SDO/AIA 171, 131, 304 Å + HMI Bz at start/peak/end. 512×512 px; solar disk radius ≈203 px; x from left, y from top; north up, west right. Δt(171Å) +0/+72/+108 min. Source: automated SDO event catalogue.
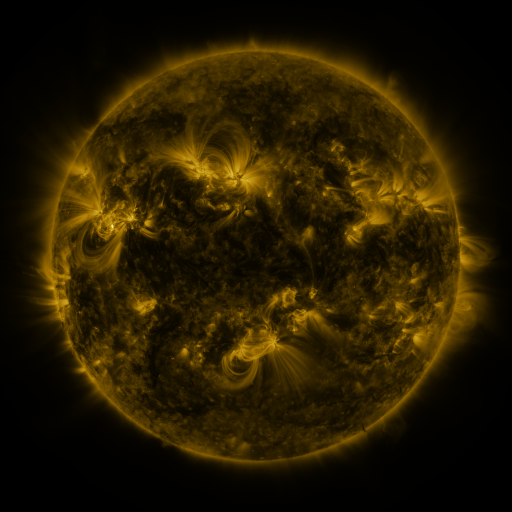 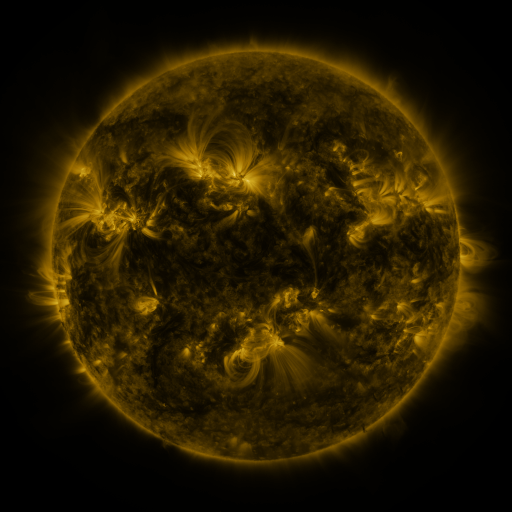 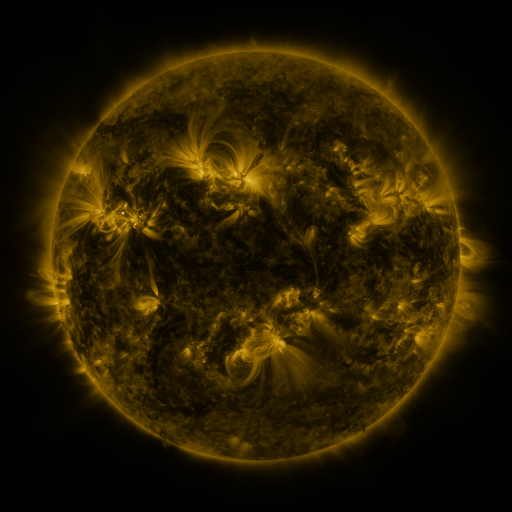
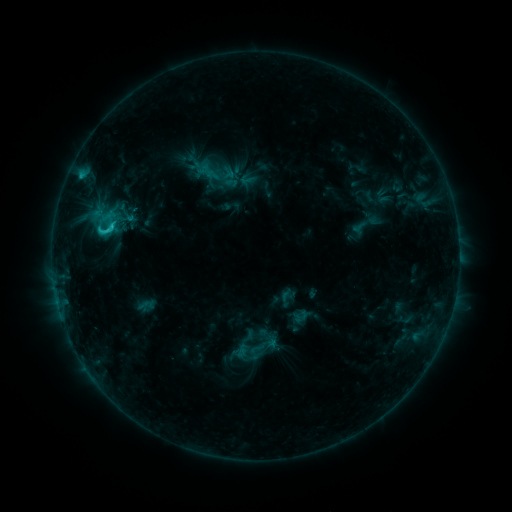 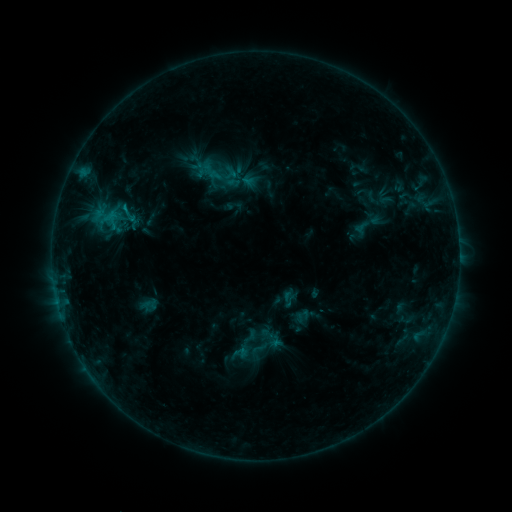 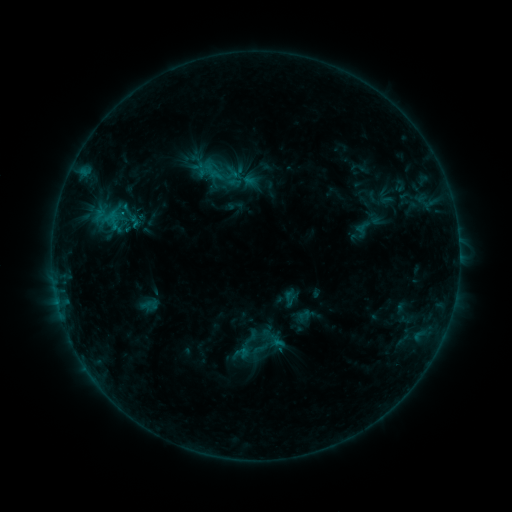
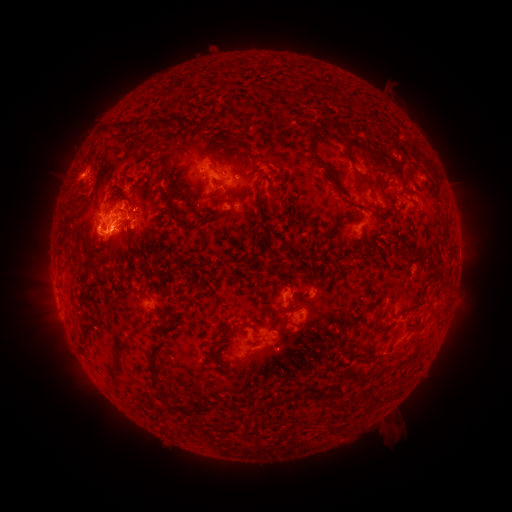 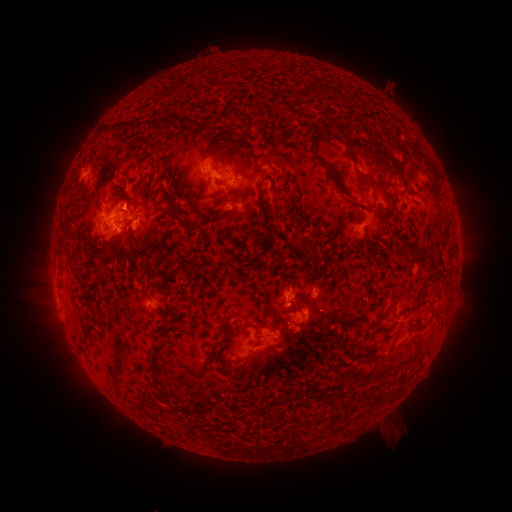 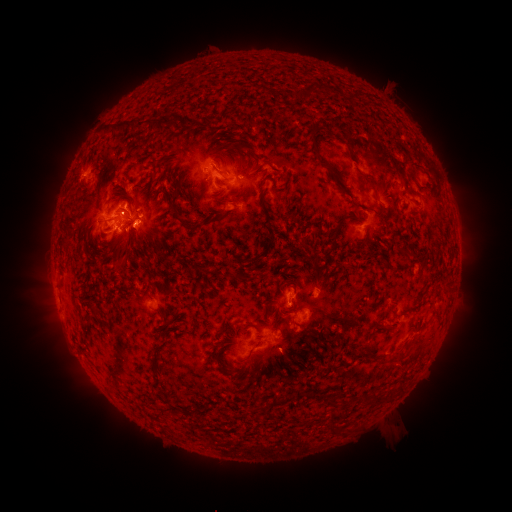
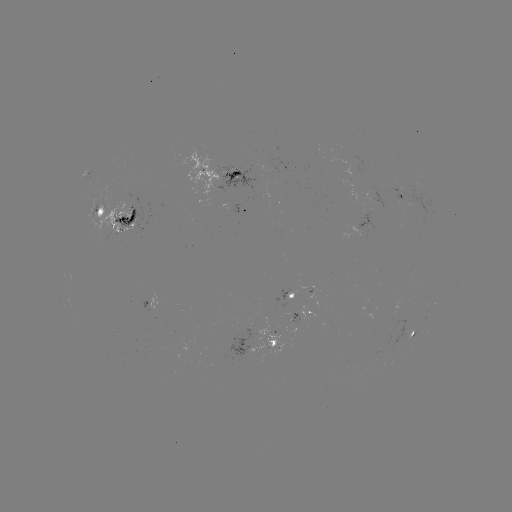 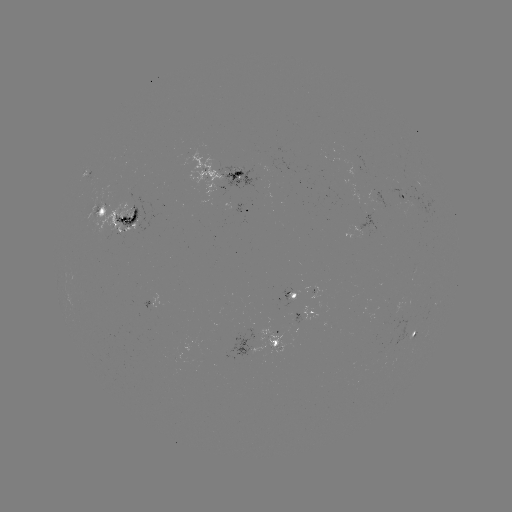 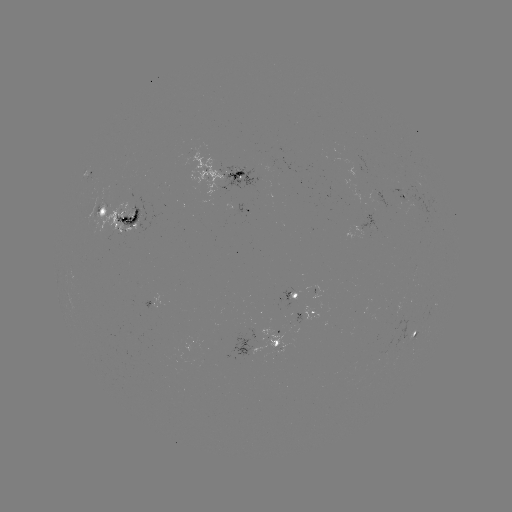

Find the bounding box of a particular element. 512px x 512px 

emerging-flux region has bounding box [219, 168, 259, 194].